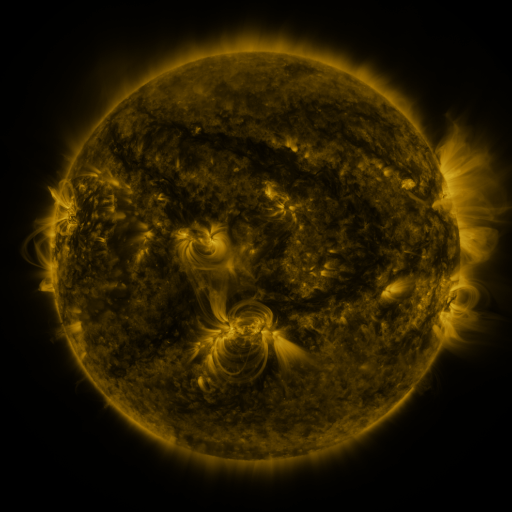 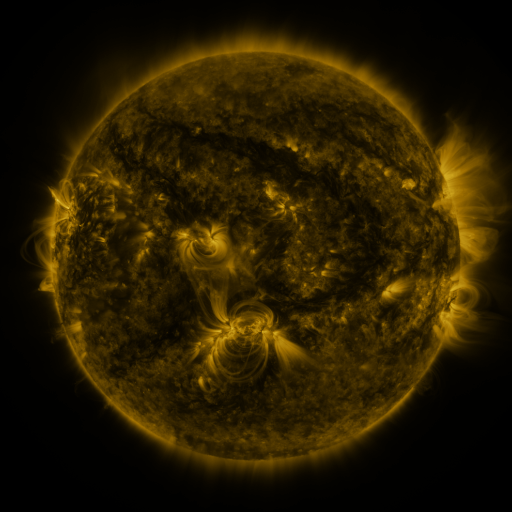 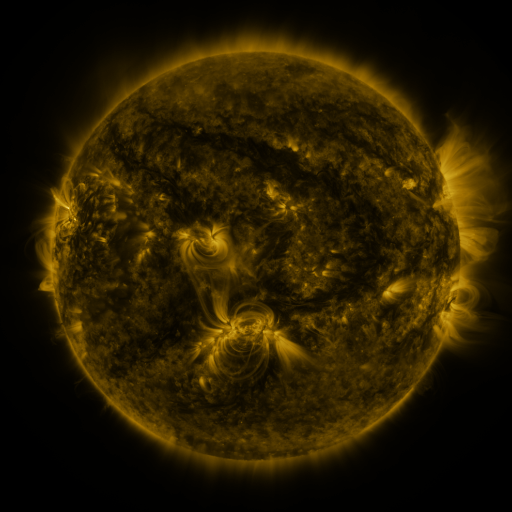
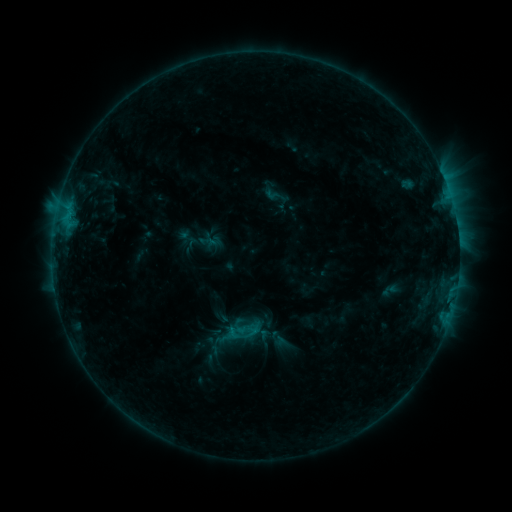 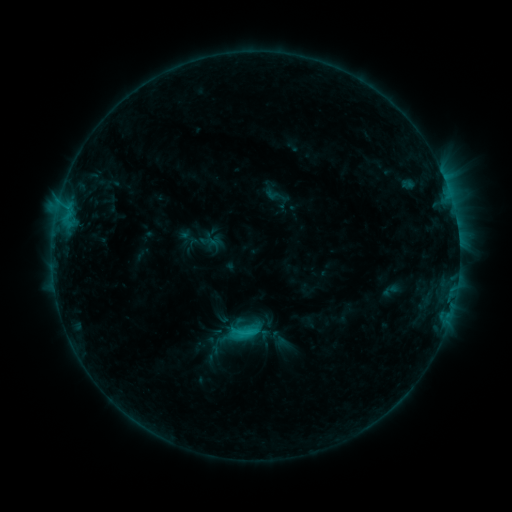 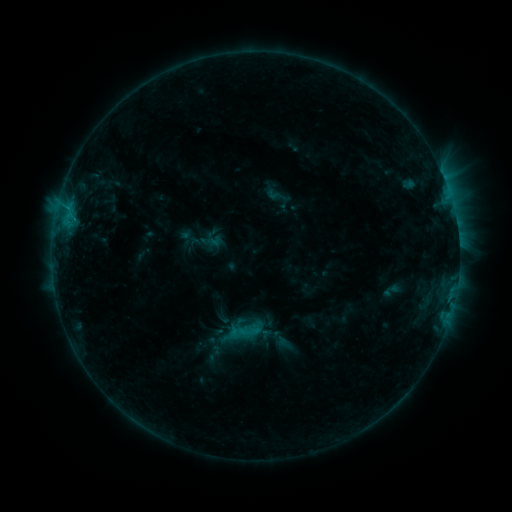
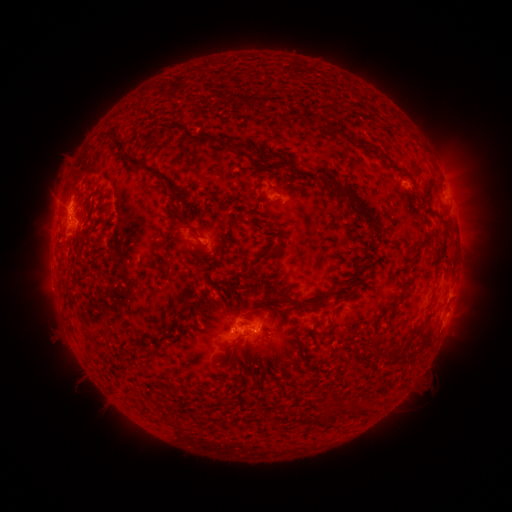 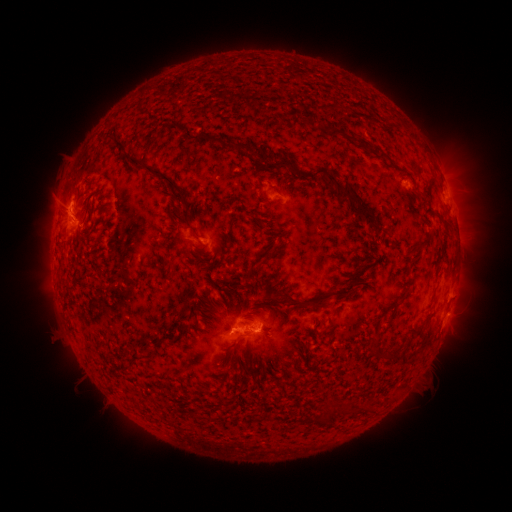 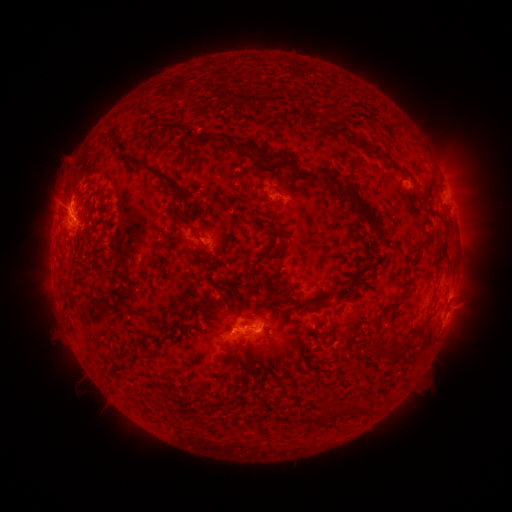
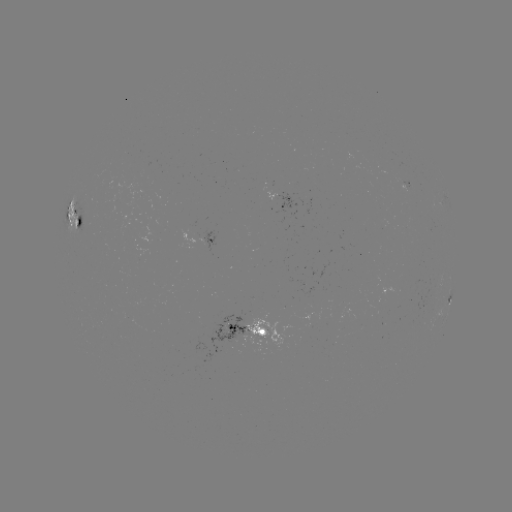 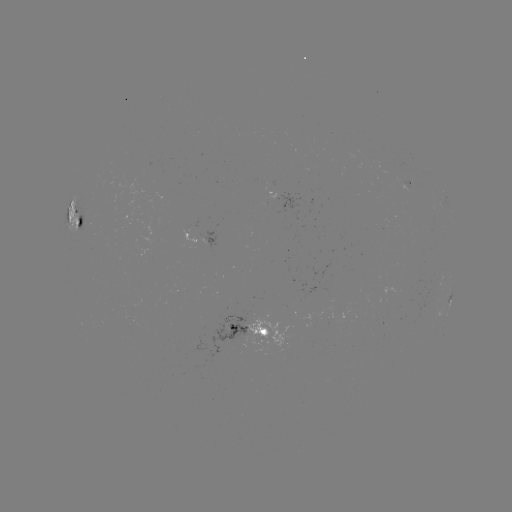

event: flare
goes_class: C1.6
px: (249, 329)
